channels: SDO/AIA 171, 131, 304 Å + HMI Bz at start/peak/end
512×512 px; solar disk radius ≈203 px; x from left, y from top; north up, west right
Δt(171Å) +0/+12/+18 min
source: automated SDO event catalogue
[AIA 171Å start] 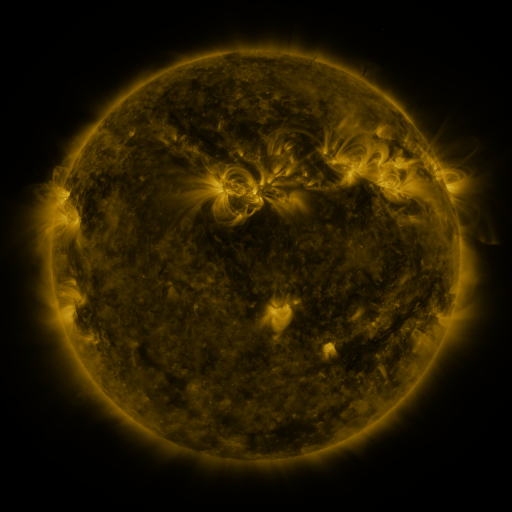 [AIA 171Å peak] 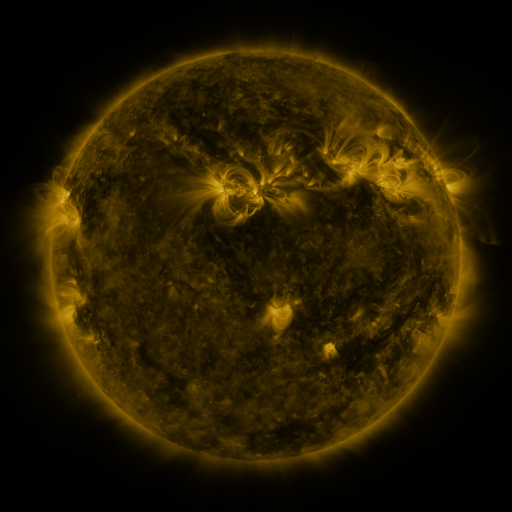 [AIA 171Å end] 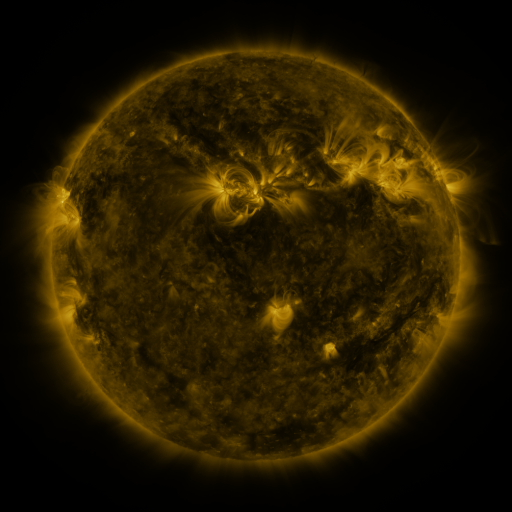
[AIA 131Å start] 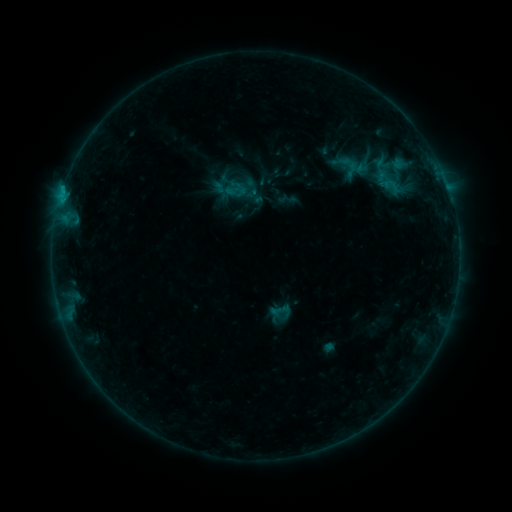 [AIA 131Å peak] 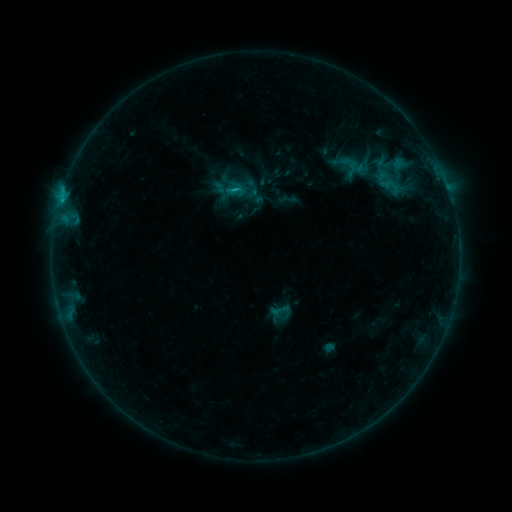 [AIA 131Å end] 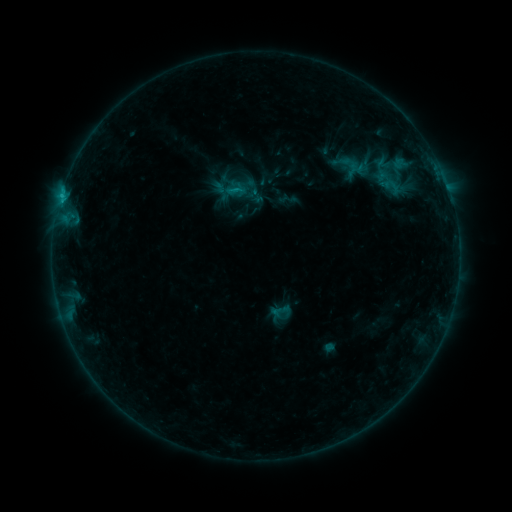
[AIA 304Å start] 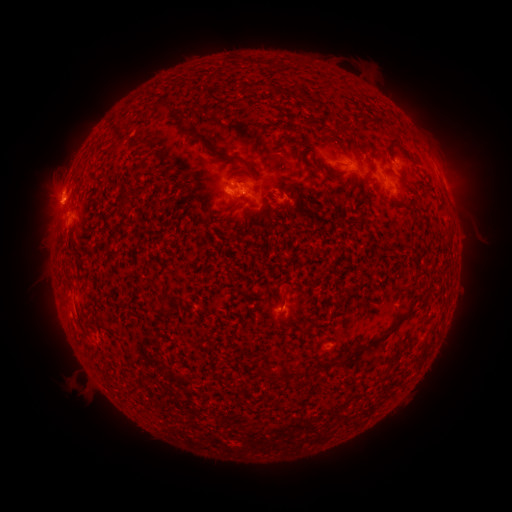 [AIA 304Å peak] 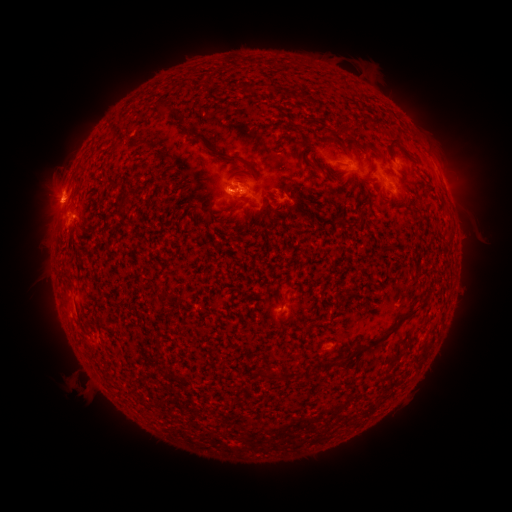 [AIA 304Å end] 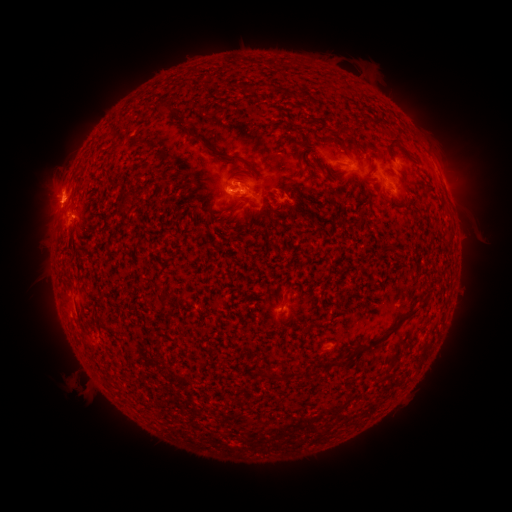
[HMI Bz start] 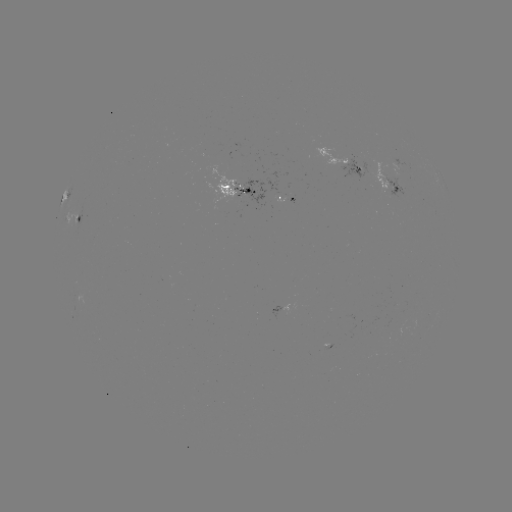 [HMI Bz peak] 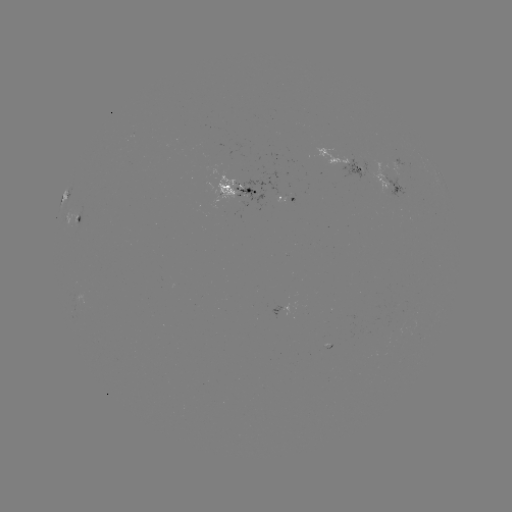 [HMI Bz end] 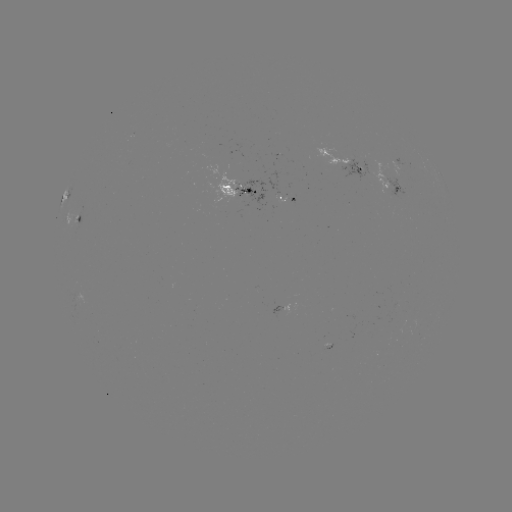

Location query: C1.2 flare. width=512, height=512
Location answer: [235, 190].